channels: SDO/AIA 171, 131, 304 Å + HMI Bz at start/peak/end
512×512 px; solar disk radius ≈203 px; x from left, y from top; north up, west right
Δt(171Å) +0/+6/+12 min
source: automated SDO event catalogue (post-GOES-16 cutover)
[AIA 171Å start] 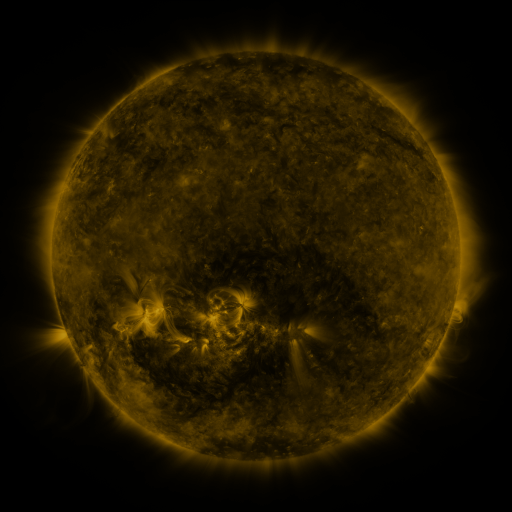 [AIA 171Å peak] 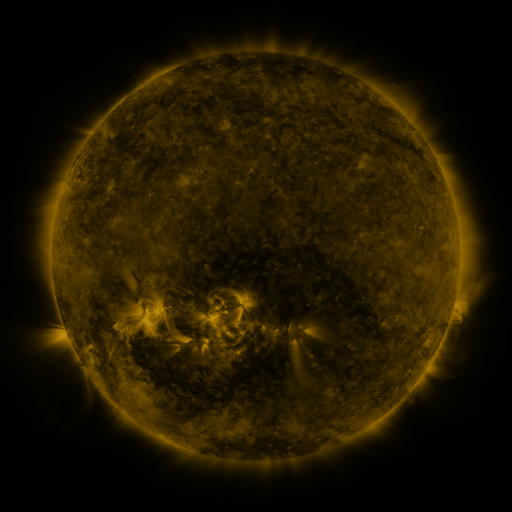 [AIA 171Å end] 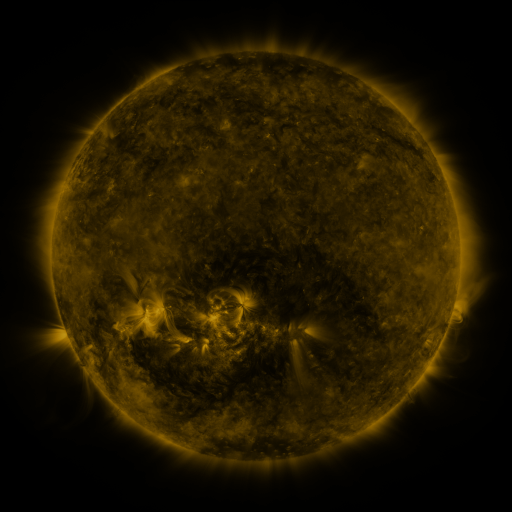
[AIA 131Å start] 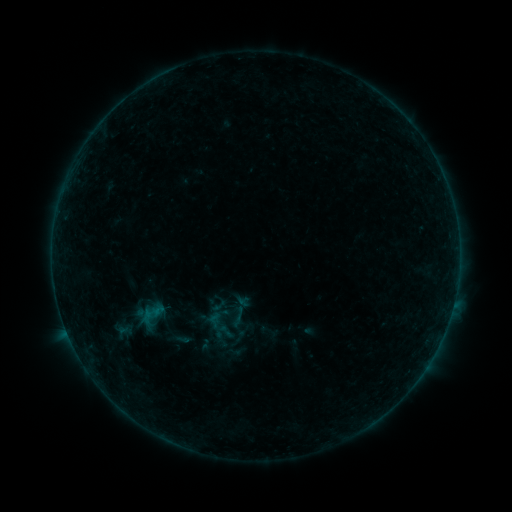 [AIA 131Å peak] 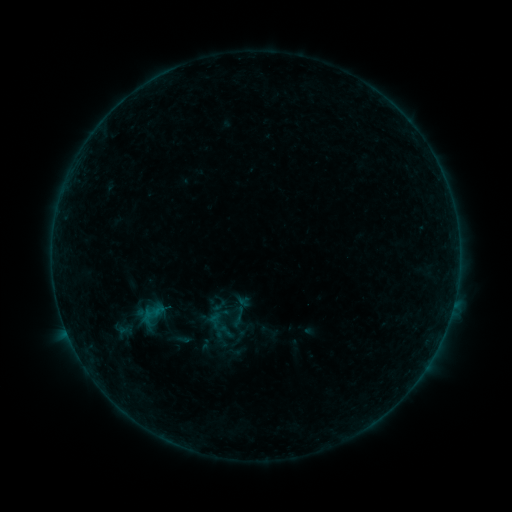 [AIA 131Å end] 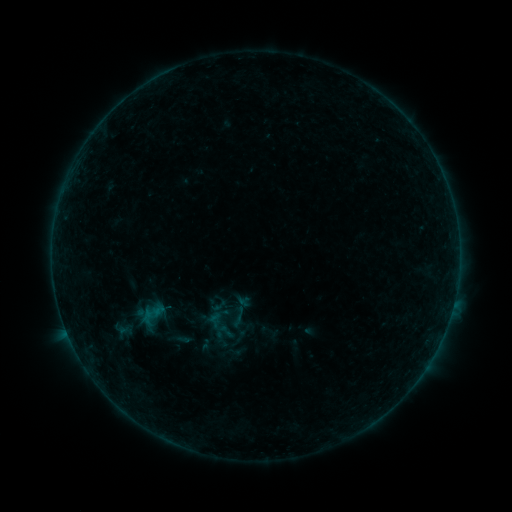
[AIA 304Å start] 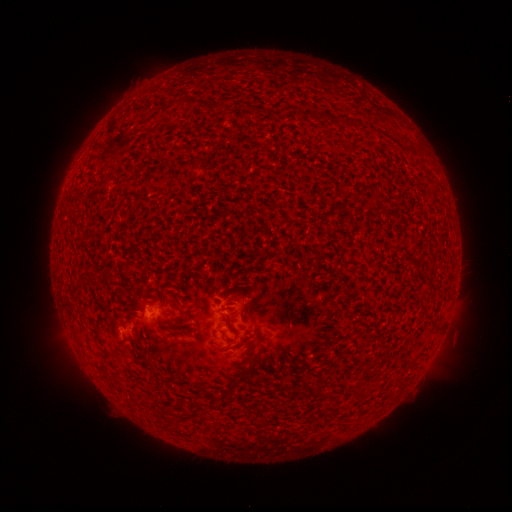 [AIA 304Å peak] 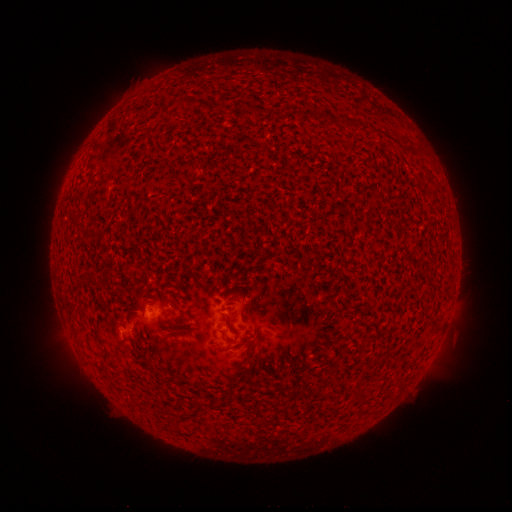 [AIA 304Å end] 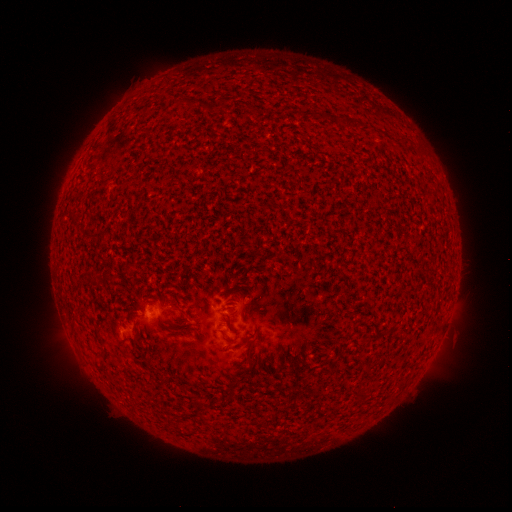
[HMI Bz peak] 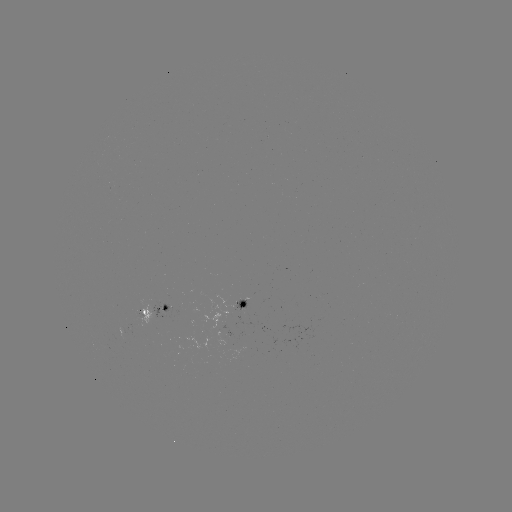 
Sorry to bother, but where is B1.4 flare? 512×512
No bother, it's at [170, 304].